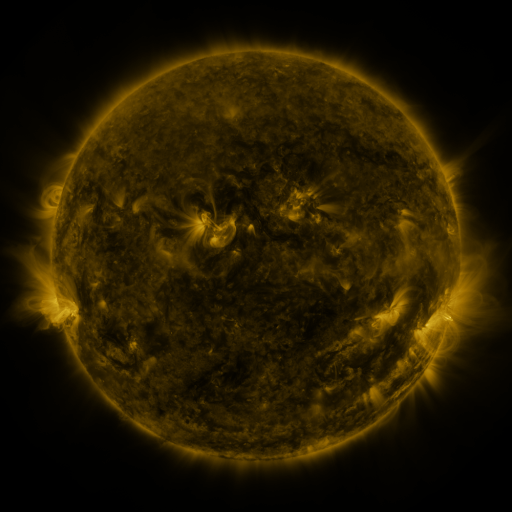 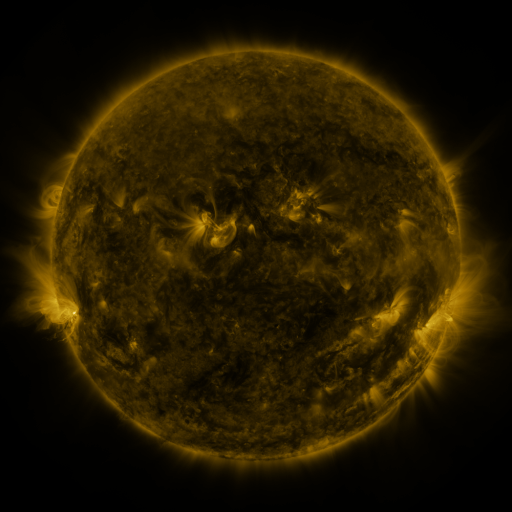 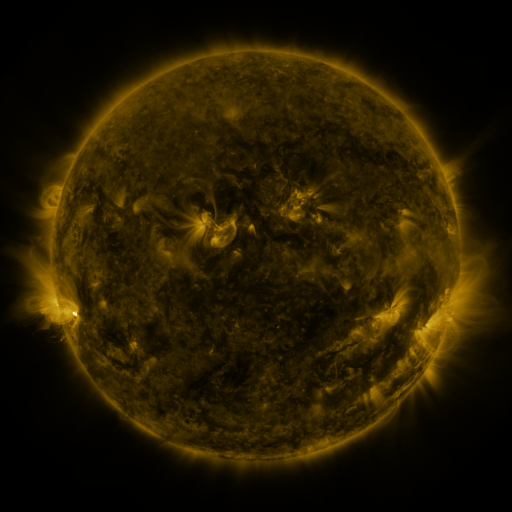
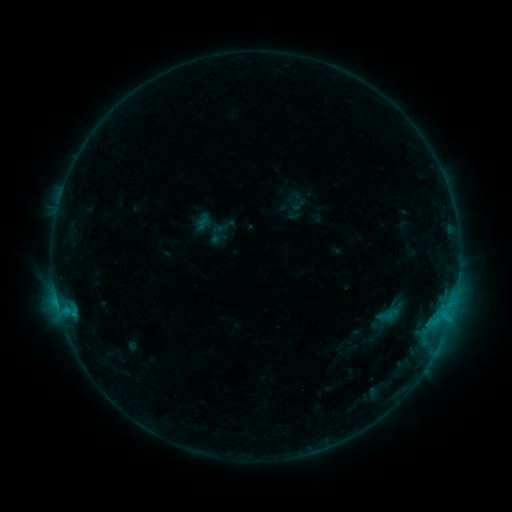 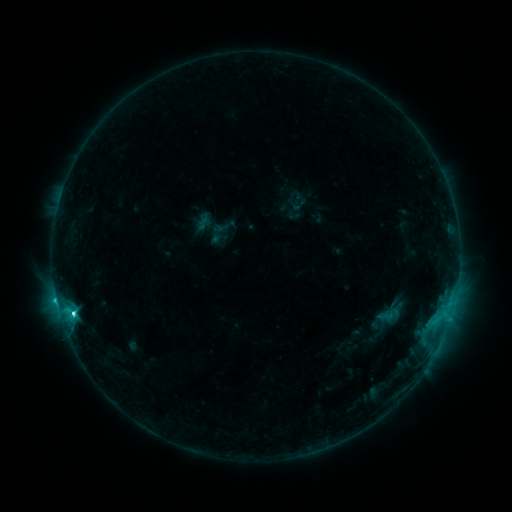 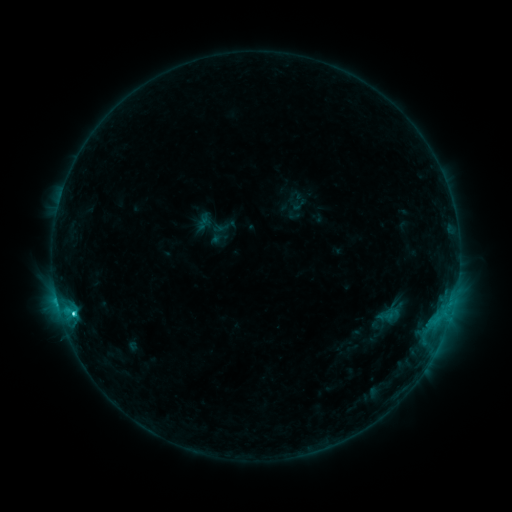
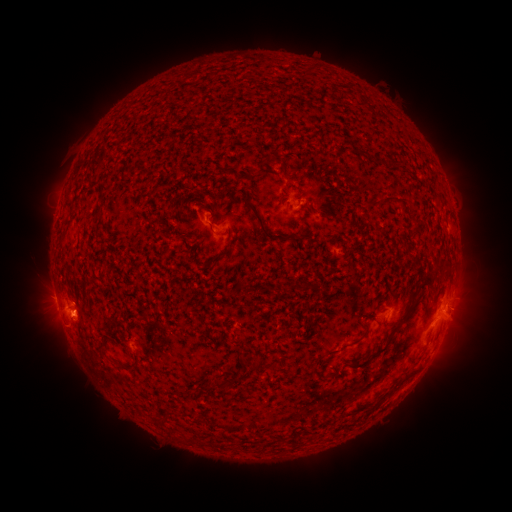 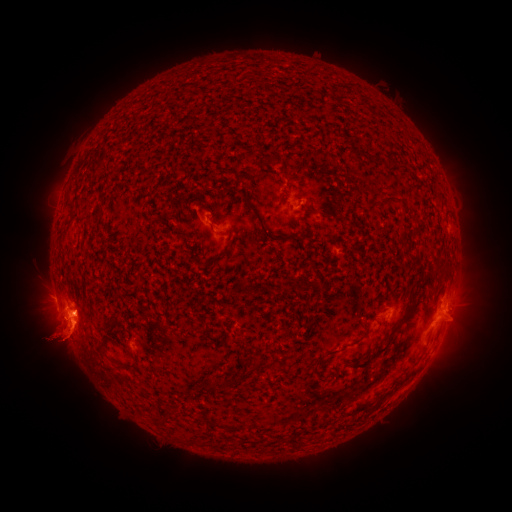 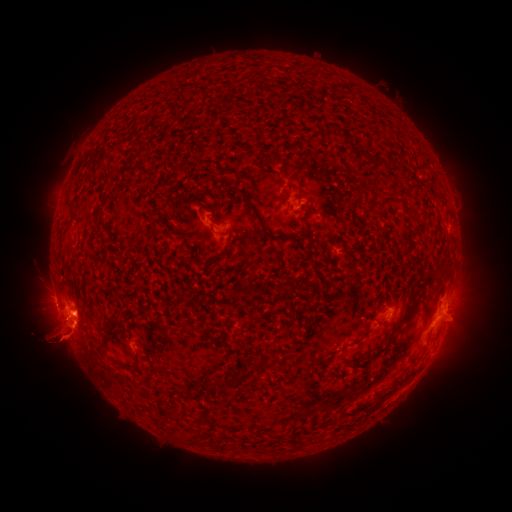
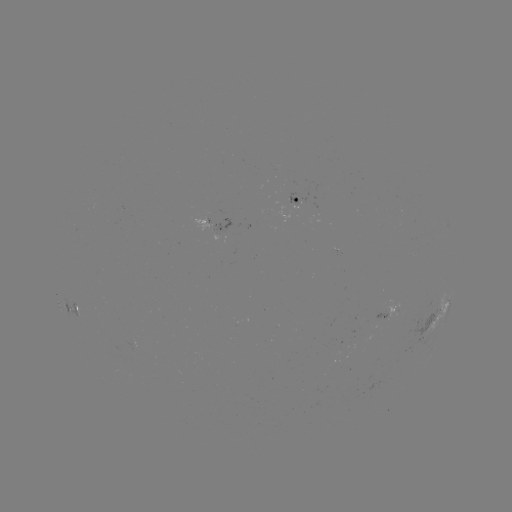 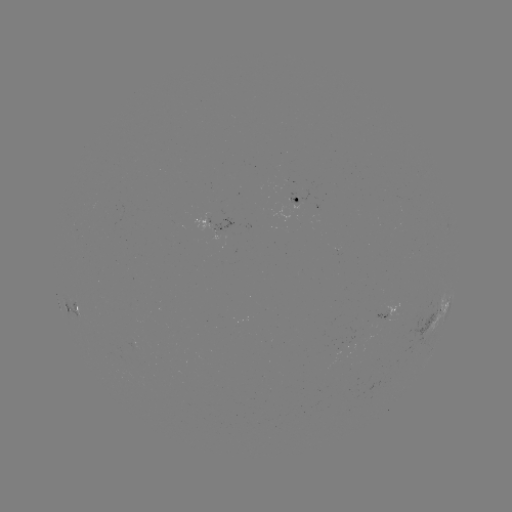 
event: flare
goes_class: C3.5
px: (74, 311)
